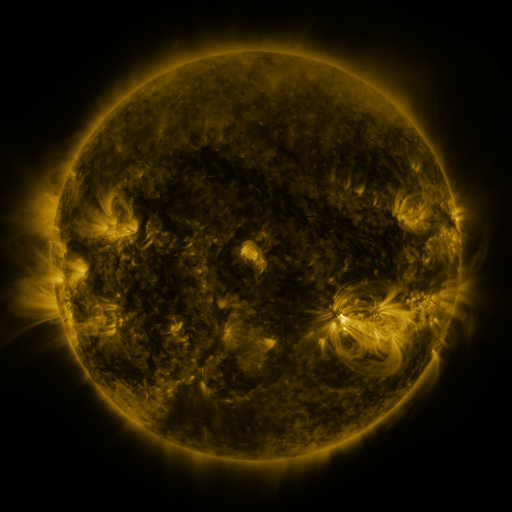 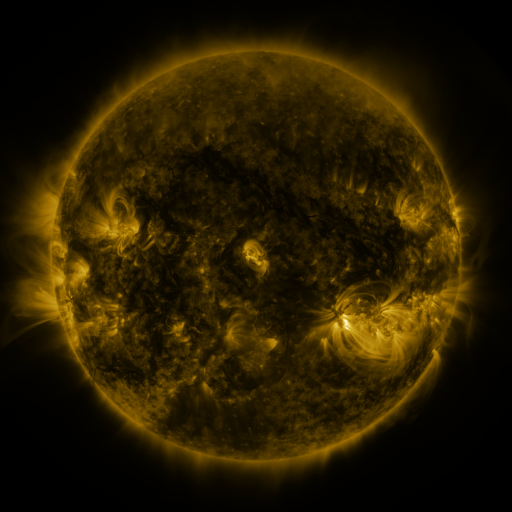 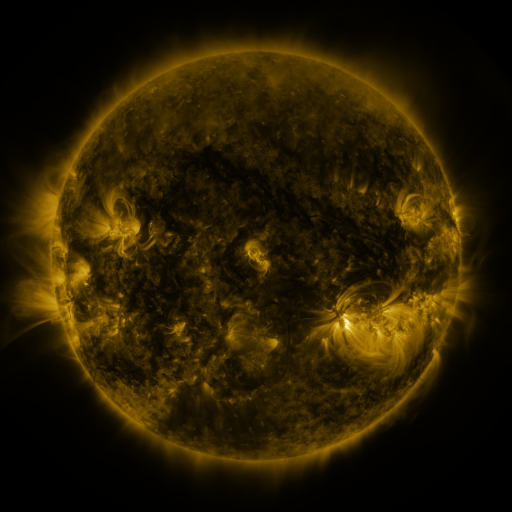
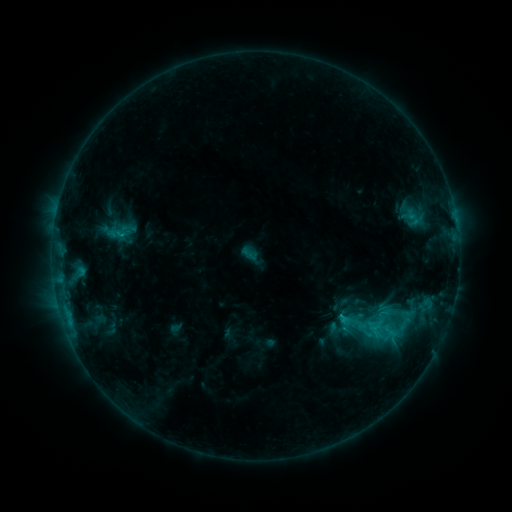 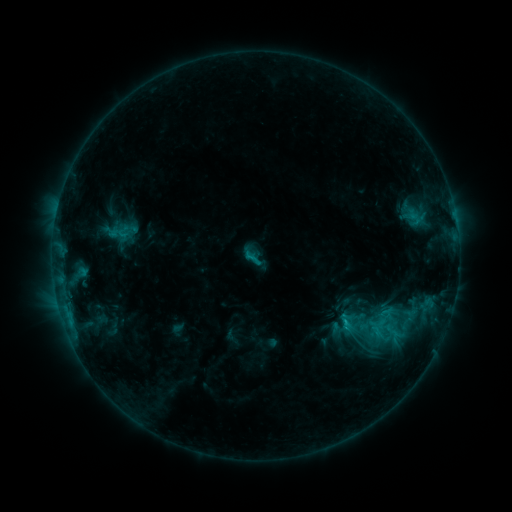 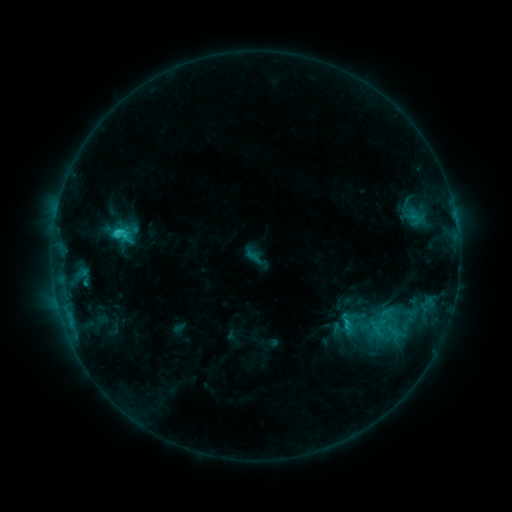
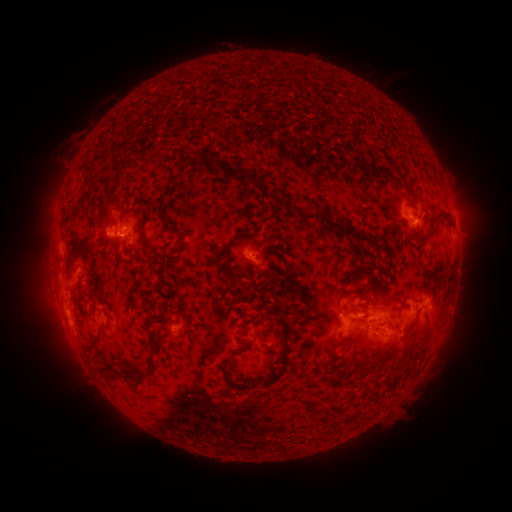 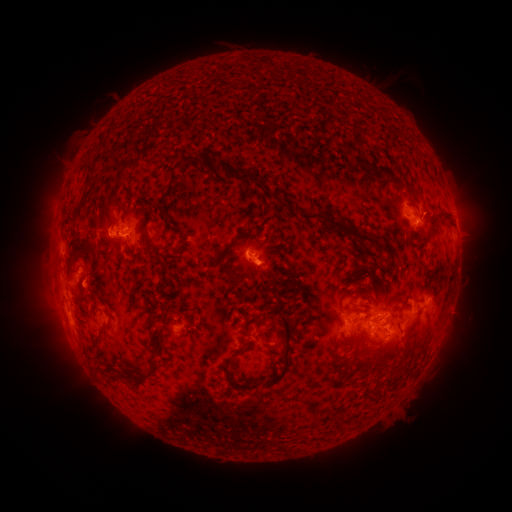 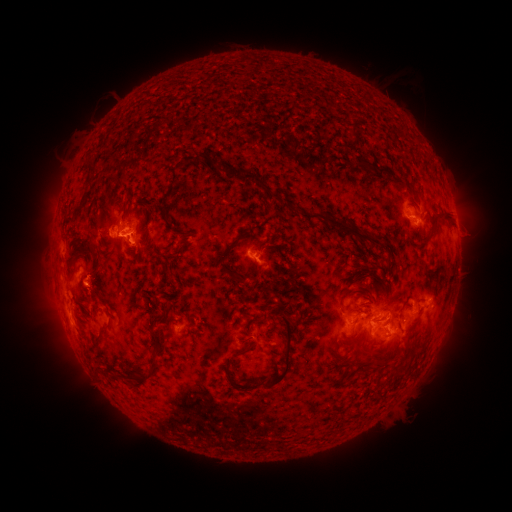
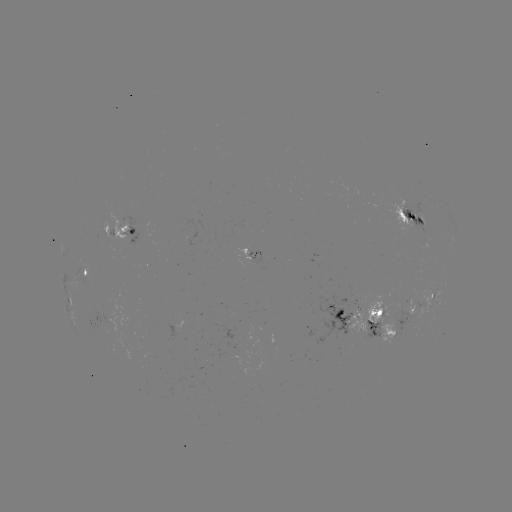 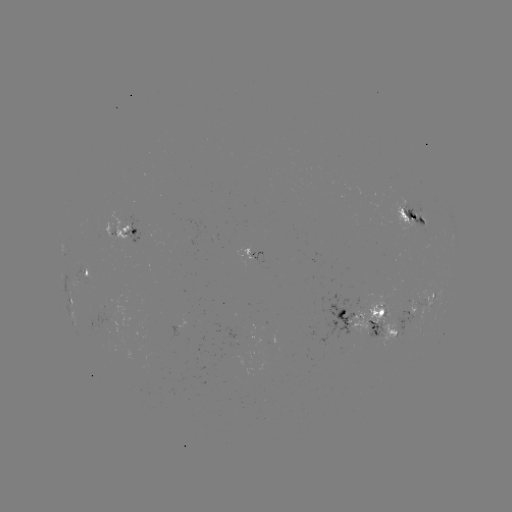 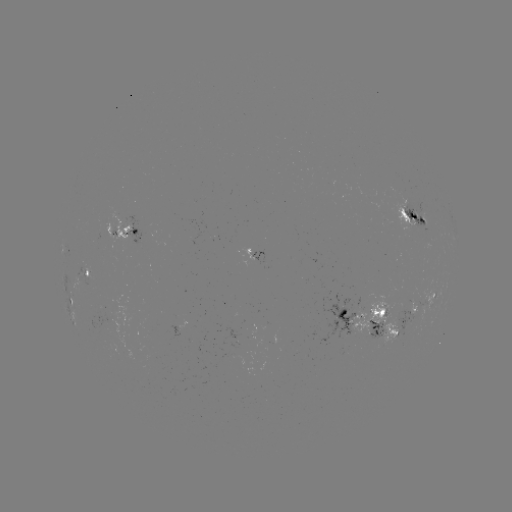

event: emerging-flux region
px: (345, 320)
